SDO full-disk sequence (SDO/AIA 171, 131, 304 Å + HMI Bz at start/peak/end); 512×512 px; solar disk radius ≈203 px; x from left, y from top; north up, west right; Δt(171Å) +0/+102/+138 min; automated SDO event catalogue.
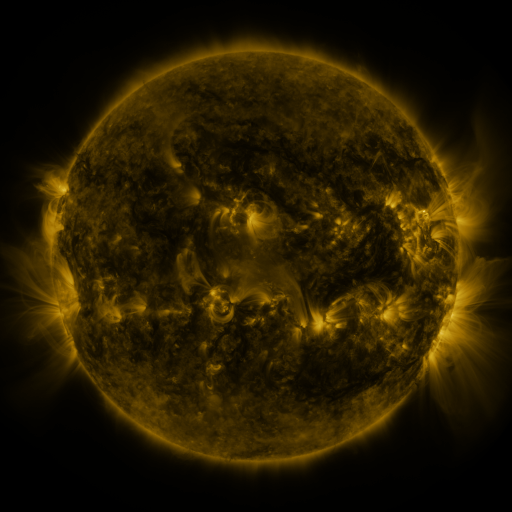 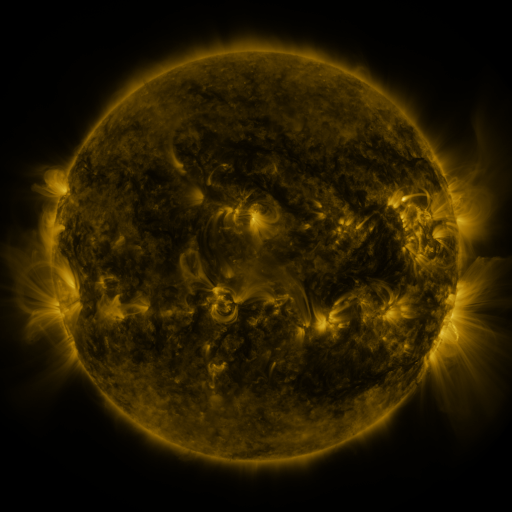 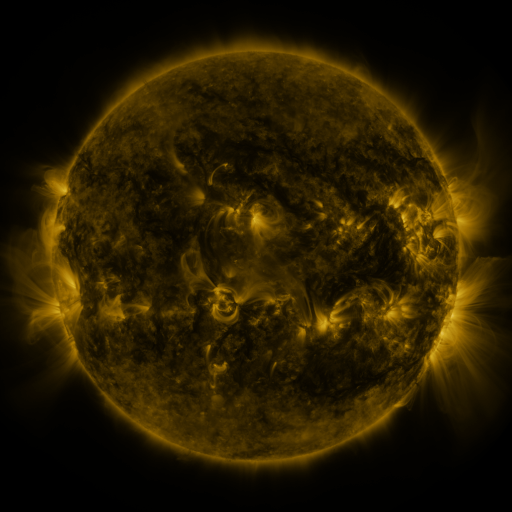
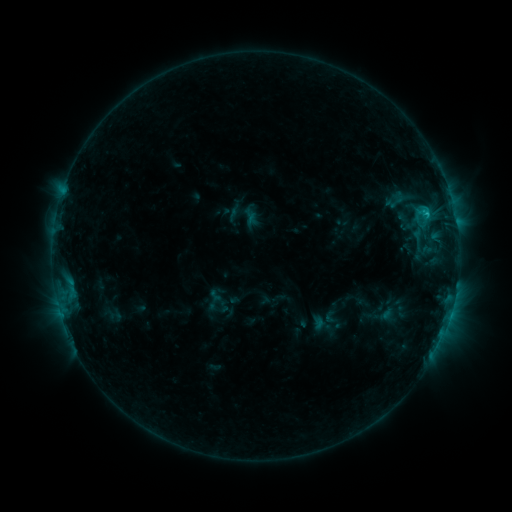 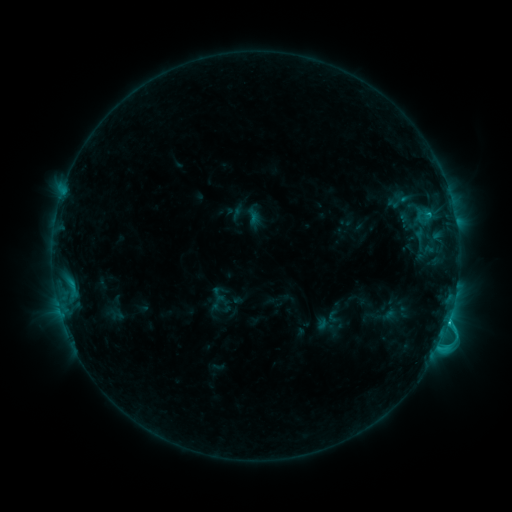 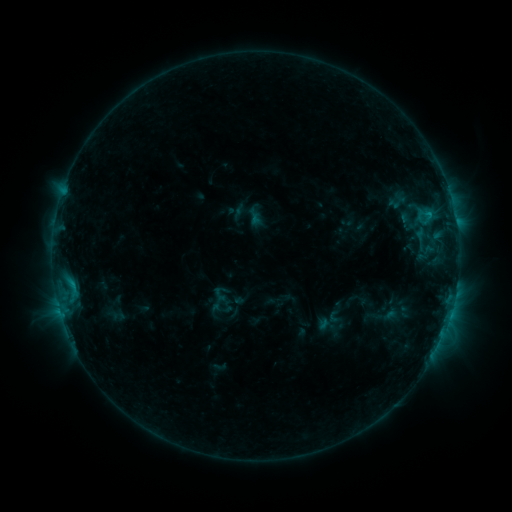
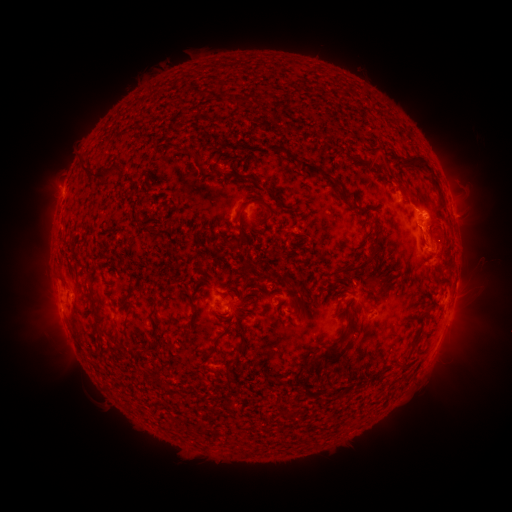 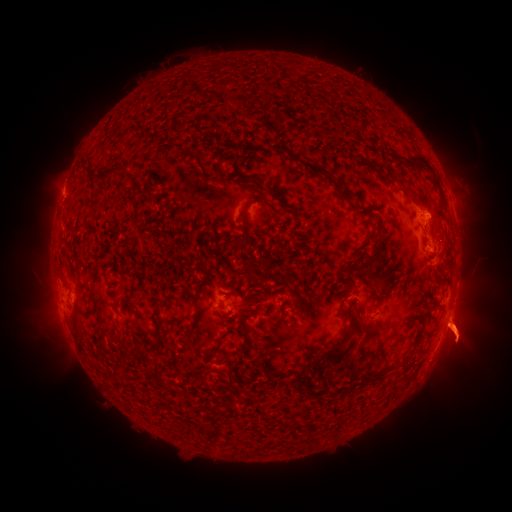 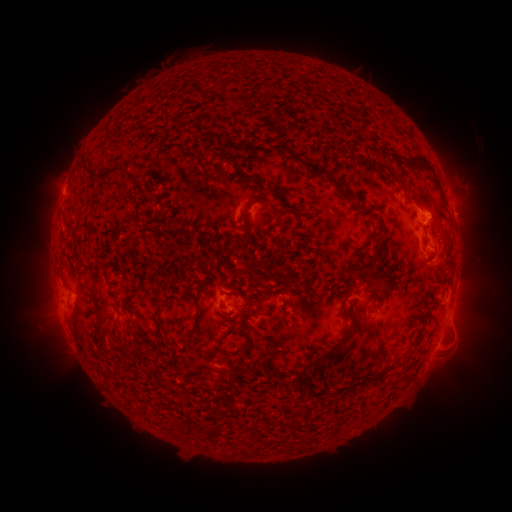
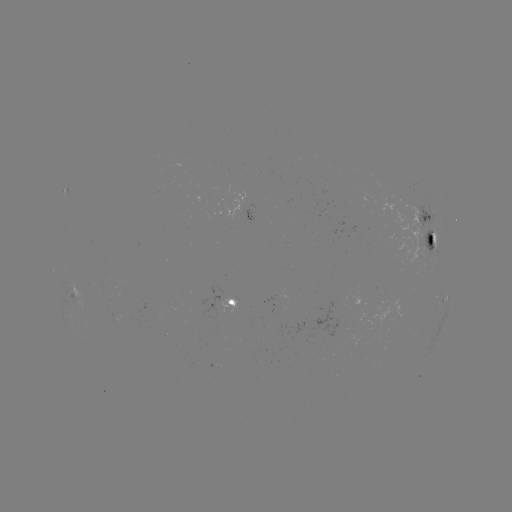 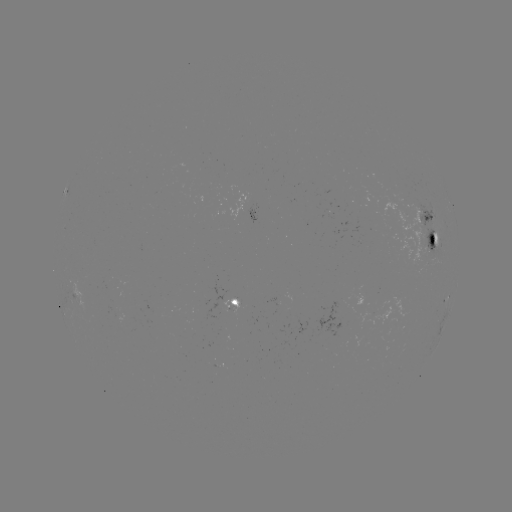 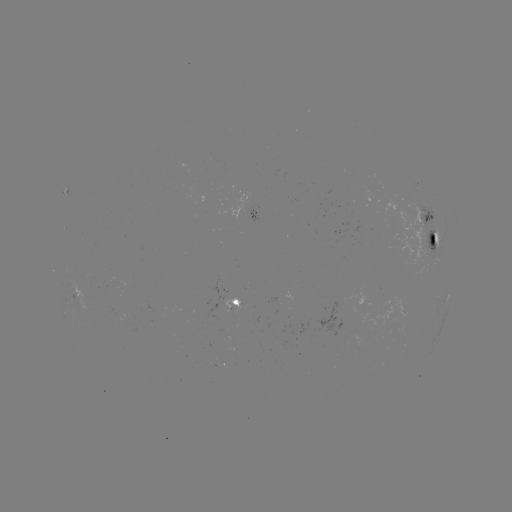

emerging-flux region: [298, 297, 349, 336]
